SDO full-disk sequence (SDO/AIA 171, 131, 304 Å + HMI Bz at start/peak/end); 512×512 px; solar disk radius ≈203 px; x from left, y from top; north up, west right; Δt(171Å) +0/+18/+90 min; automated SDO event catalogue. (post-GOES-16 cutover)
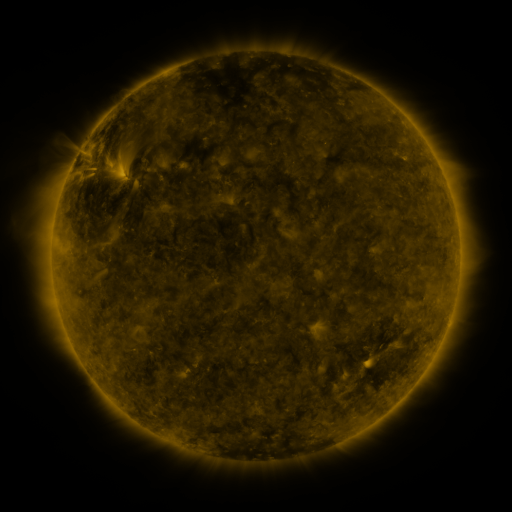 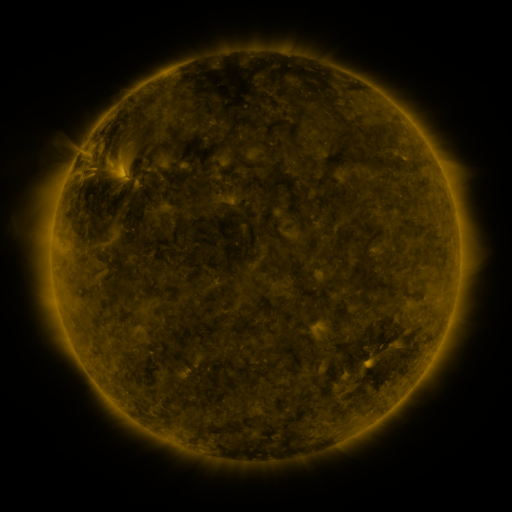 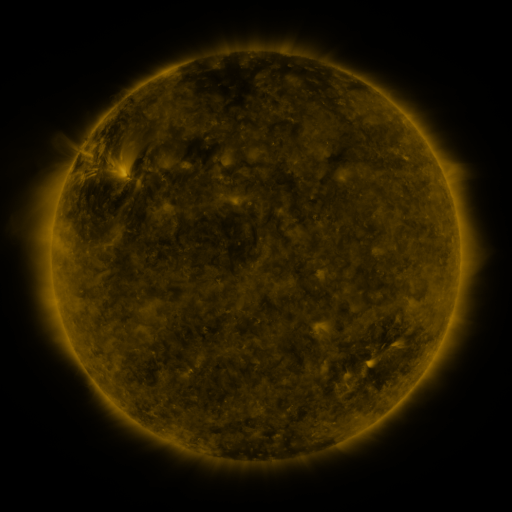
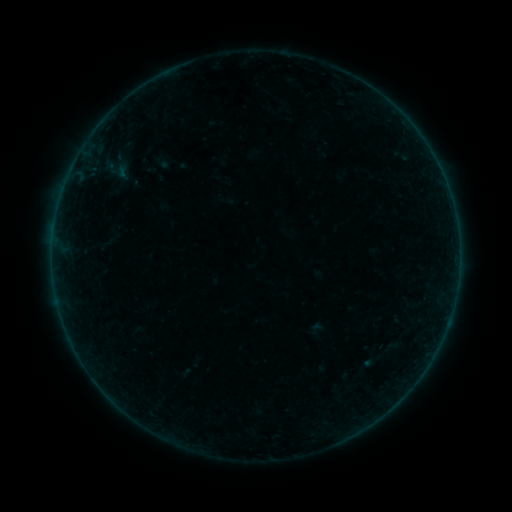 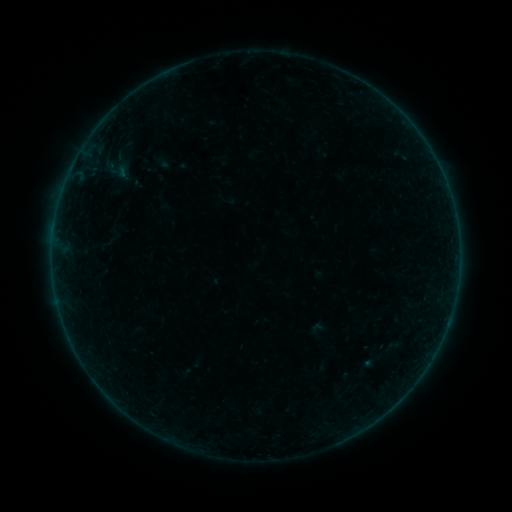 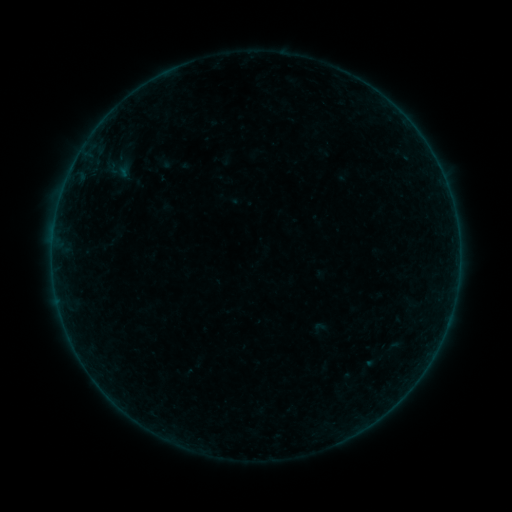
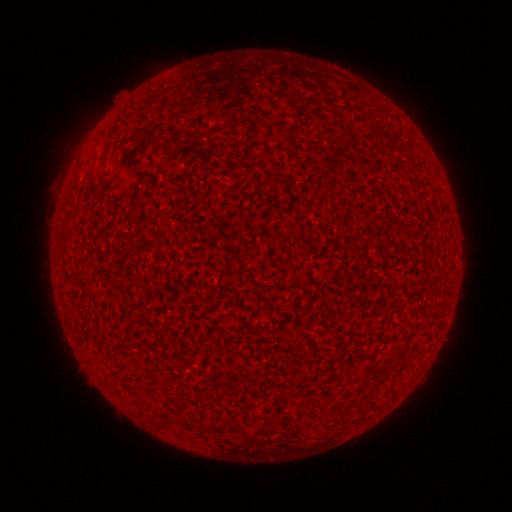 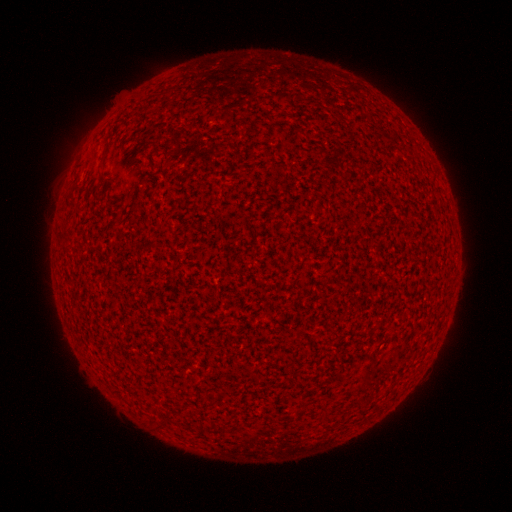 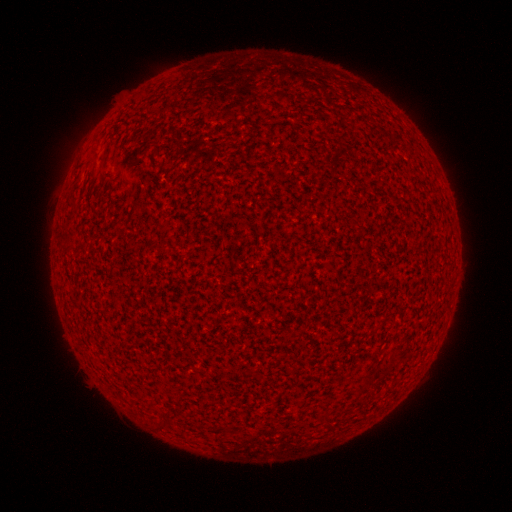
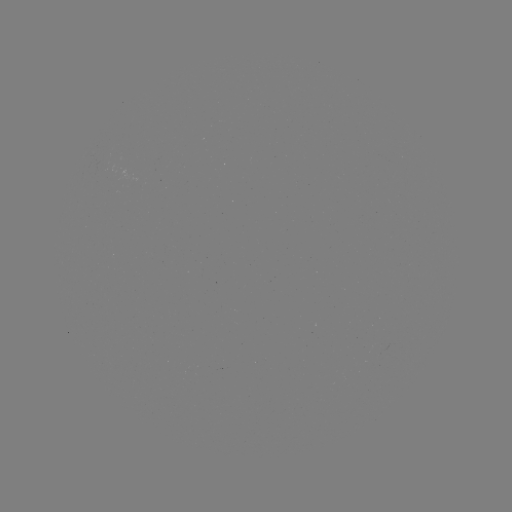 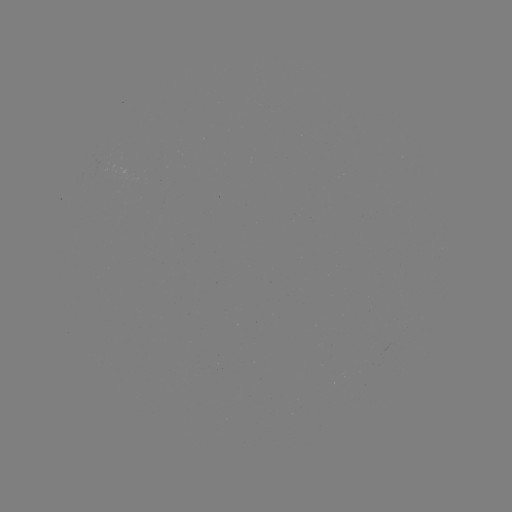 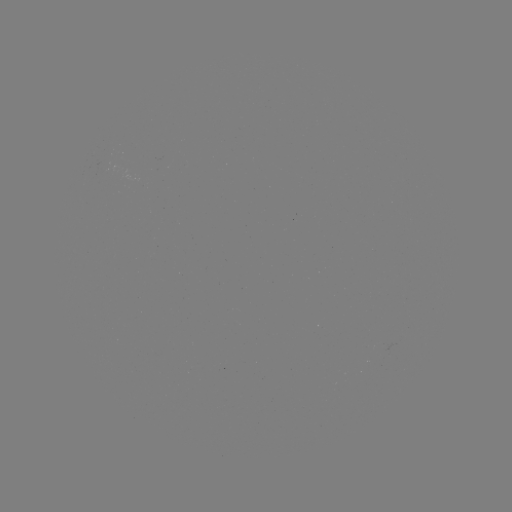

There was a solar flare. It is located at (217, 280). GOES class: A2.9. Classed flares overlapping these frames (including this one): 3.